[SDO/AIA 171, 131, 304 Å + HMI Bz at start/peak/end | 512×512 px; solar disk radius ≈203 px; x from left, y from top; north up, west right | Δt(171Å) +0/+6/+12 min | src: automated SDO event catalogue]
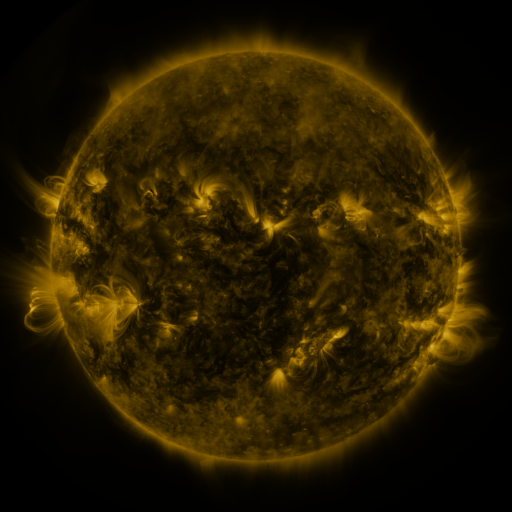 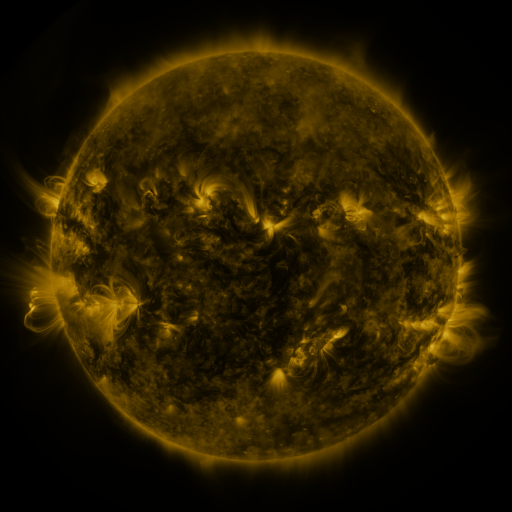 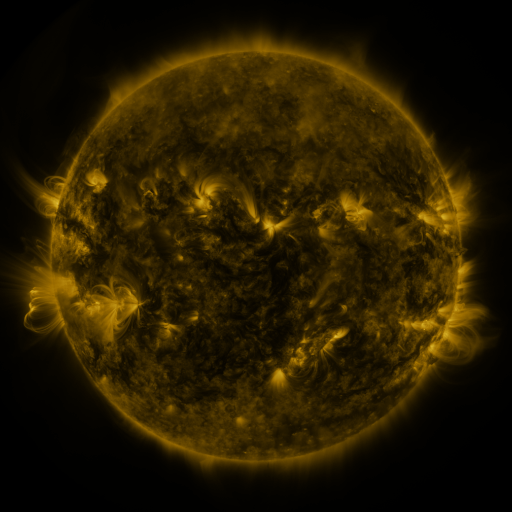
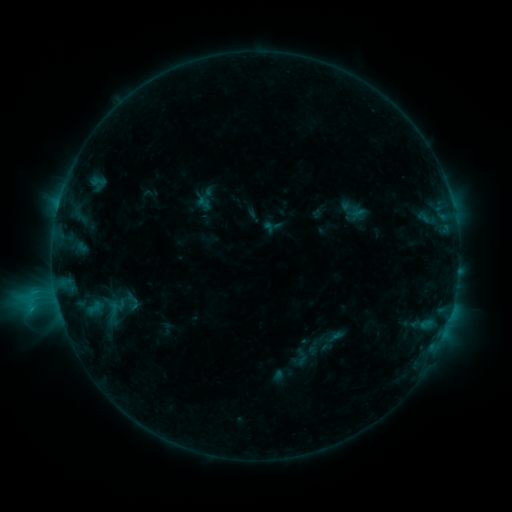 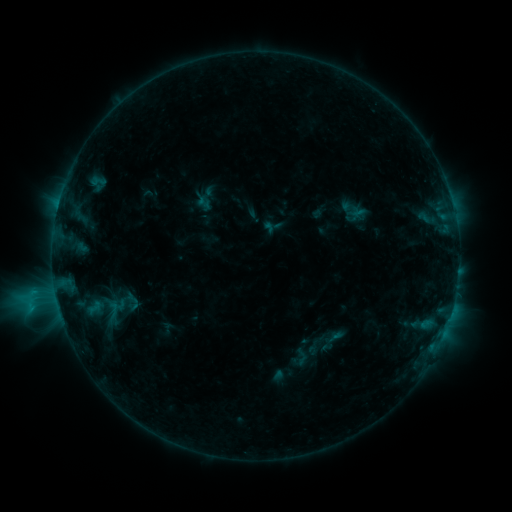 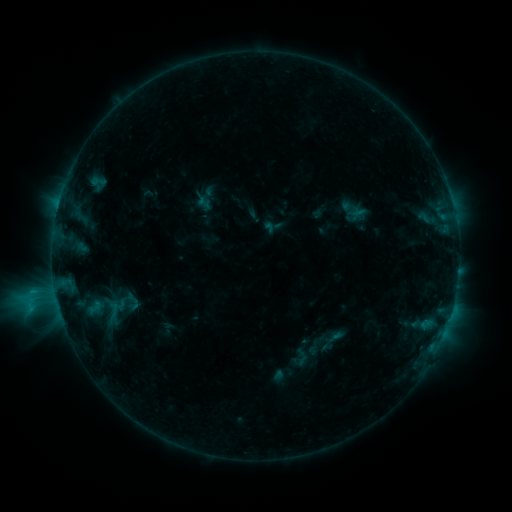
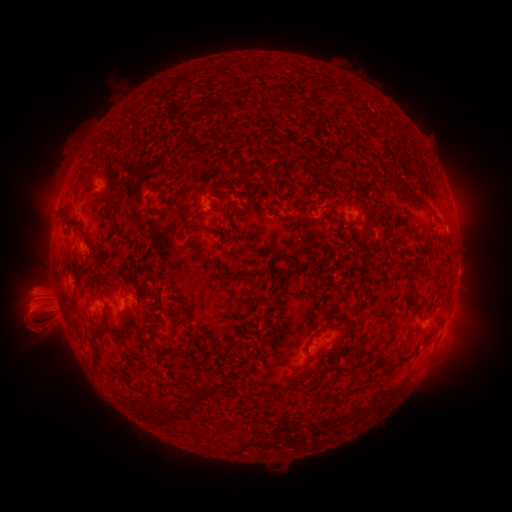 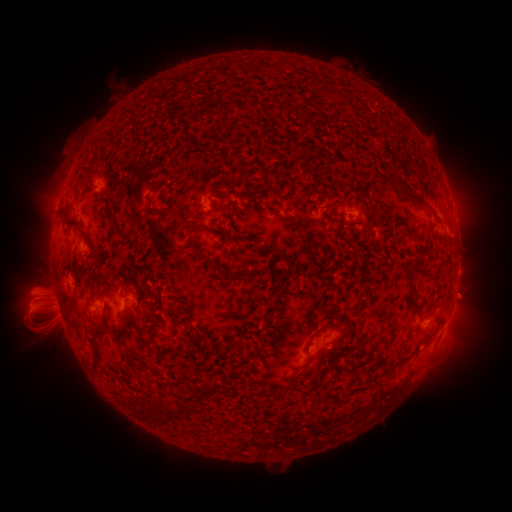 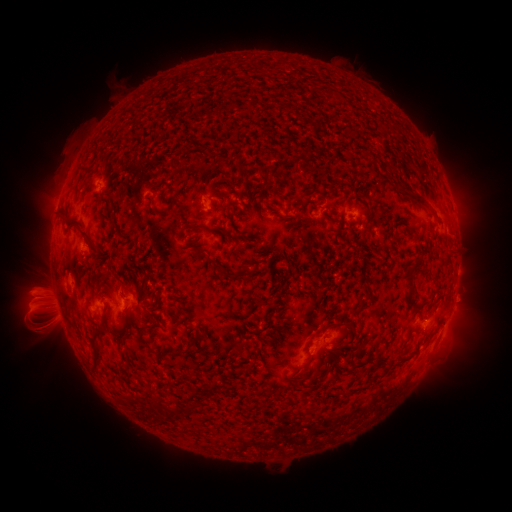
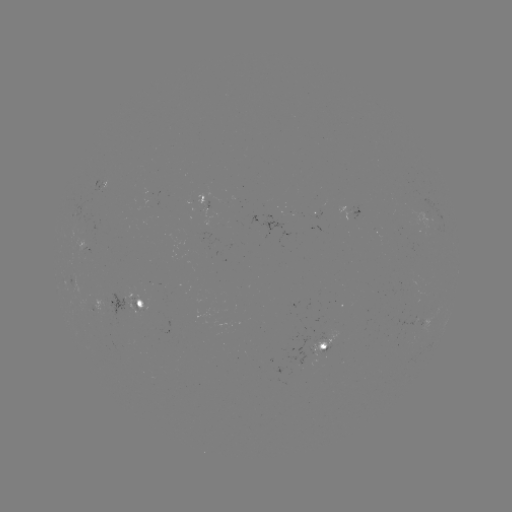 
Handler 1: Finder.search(eruption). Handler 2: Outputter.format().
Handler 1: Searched eruption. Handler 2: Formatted (466, 299).